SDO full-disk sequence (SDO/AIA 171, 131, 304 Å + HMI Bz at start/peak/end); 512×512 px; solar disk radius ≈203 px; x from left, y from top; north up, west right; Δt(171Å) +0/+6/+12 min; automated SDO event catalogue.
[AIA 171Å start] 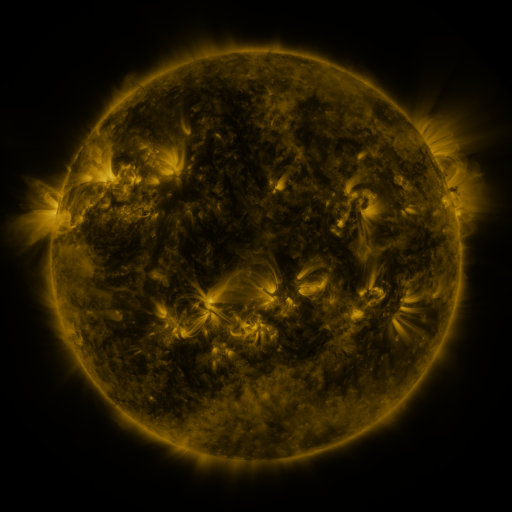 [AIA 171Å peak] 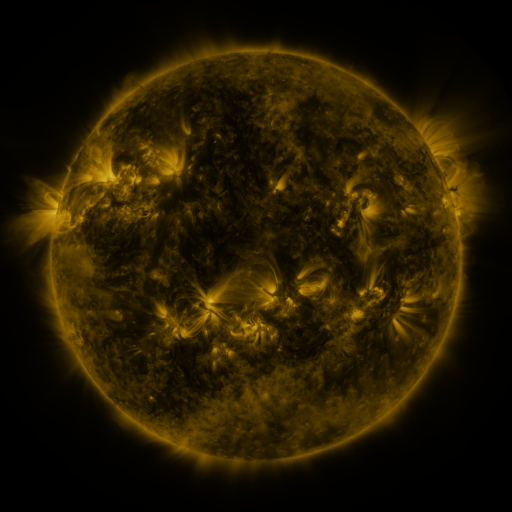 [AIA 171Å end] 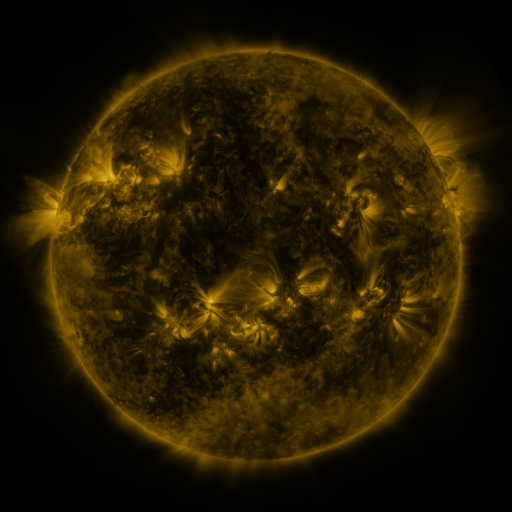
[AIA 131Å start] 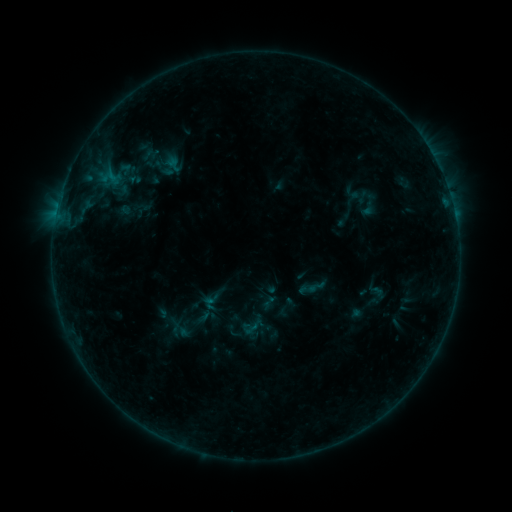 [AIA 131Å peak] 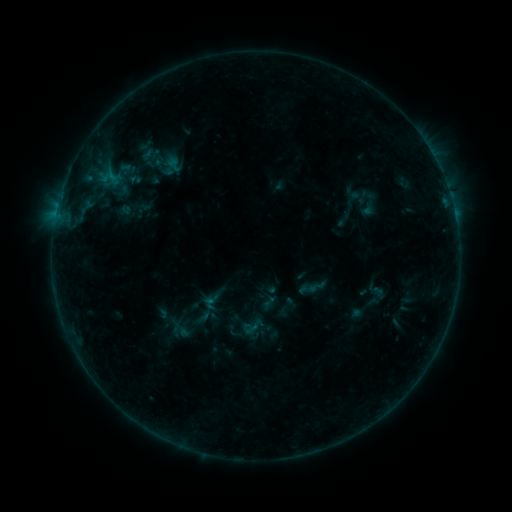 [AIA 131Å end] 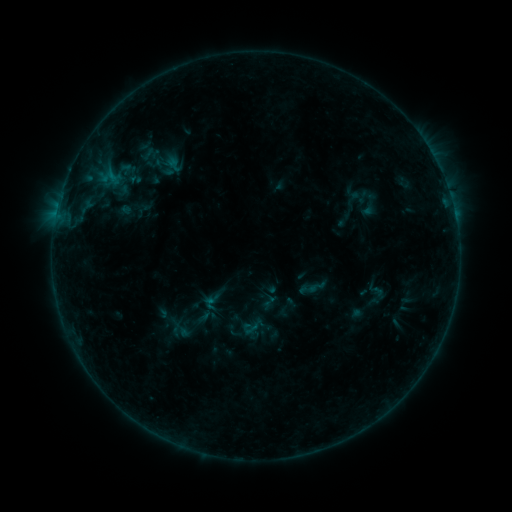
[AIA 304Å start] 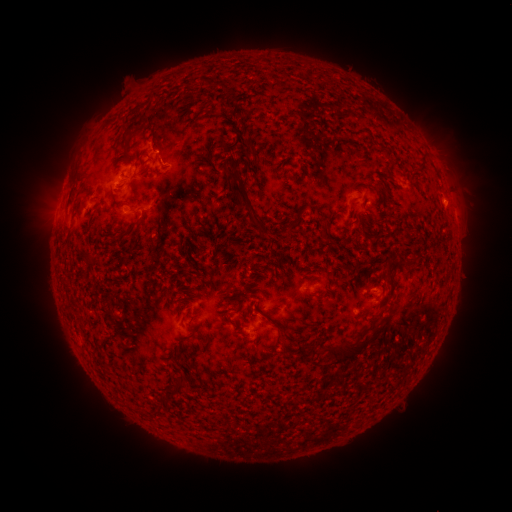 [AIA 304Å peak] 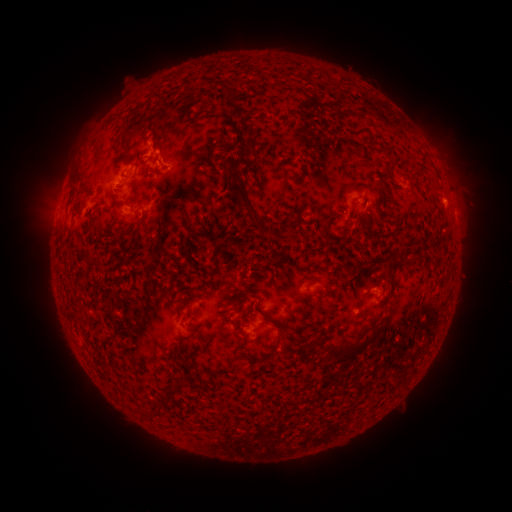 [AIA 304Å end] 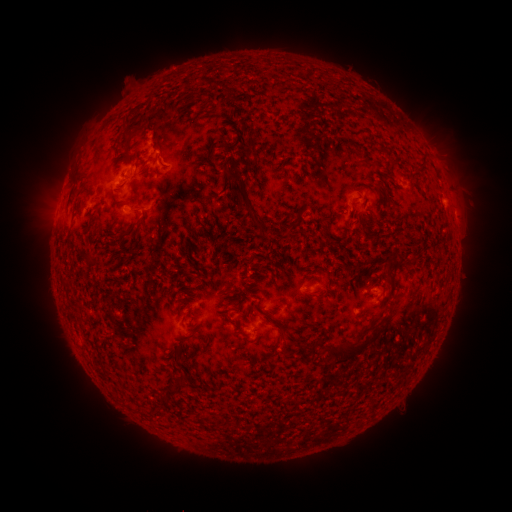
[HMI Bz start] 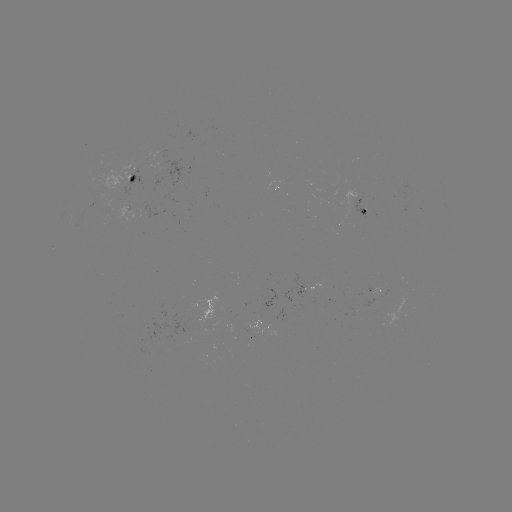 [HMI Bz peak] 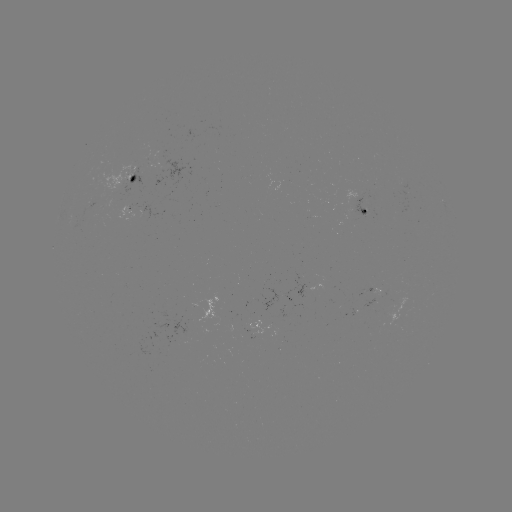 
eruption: <bbox>130, 124, 162, 163</bbox>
